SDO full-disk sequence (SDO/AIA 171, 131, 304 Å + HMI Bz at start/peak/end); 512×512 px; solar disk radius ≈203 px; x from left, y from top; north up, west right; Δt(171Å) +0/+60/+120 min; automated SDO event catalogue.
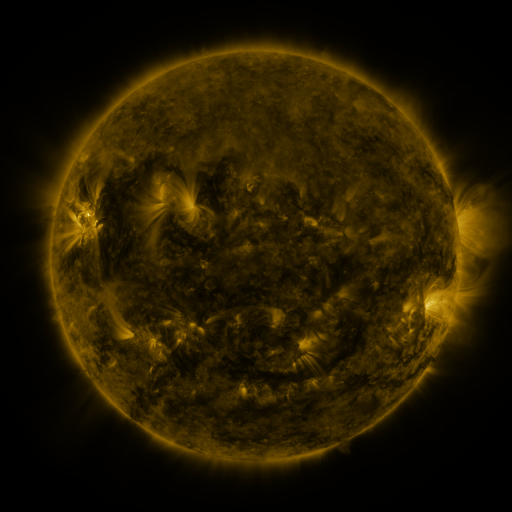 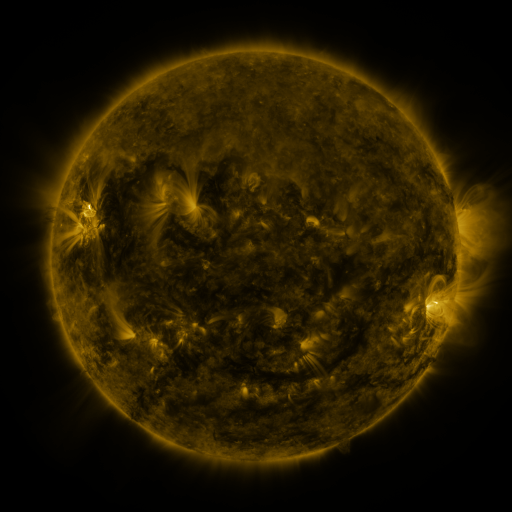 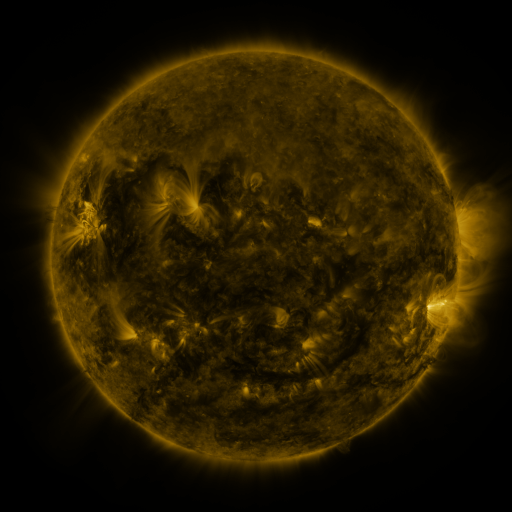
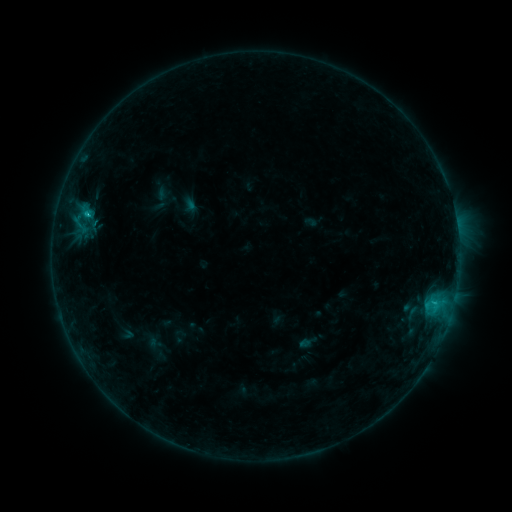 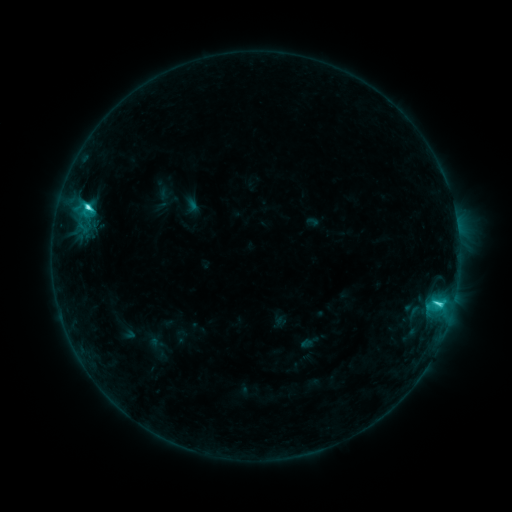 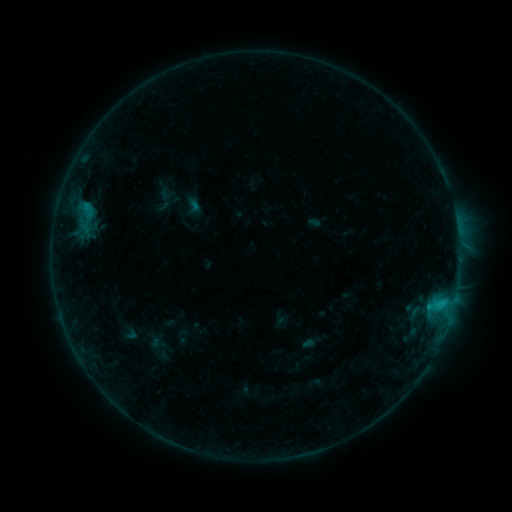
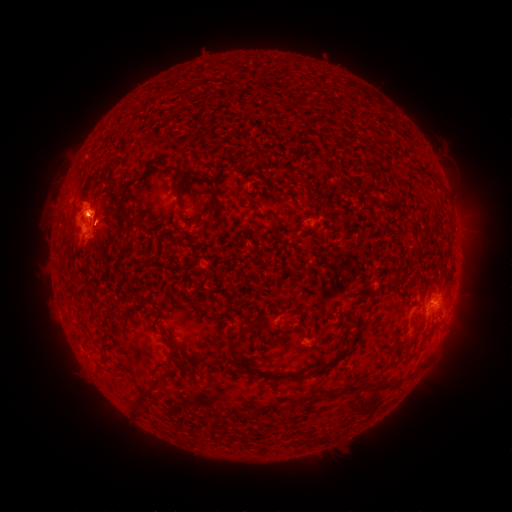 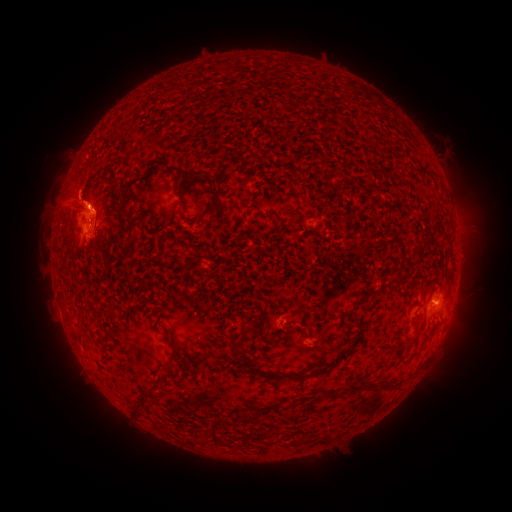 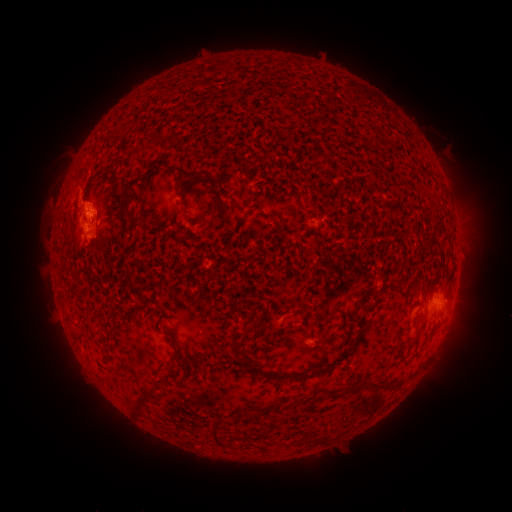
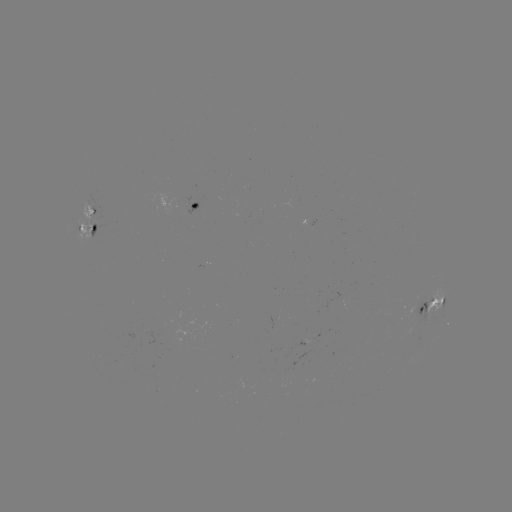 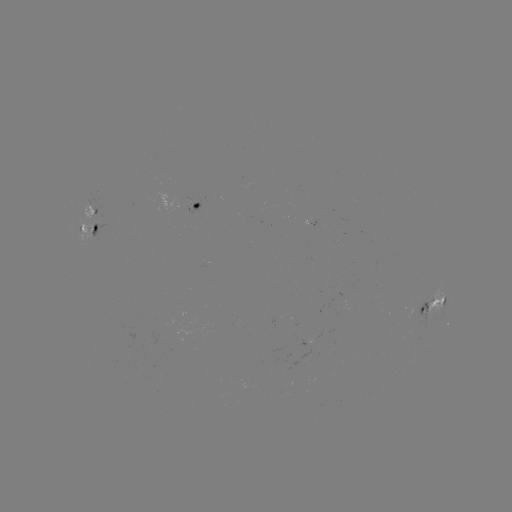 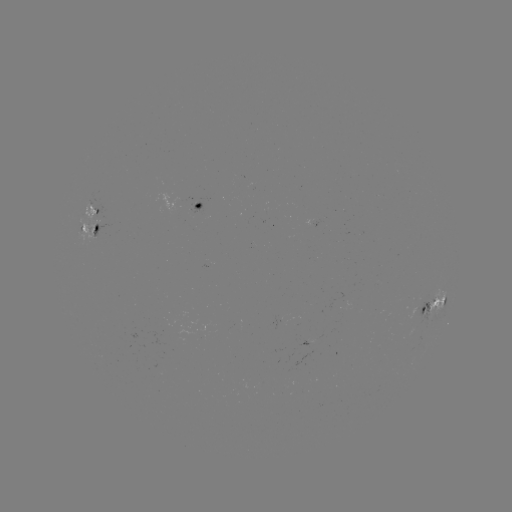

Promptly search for filament eruption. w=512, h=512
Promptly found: [70, 204].